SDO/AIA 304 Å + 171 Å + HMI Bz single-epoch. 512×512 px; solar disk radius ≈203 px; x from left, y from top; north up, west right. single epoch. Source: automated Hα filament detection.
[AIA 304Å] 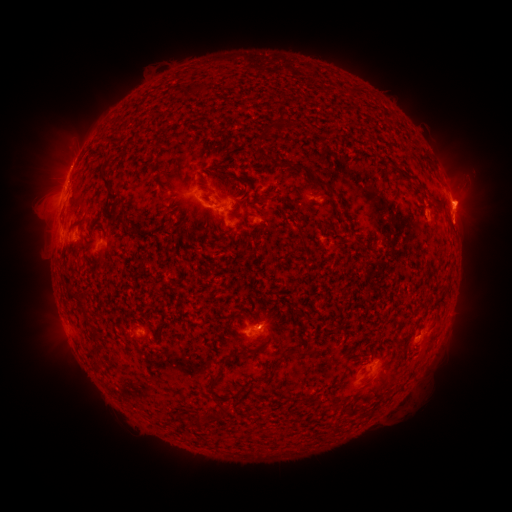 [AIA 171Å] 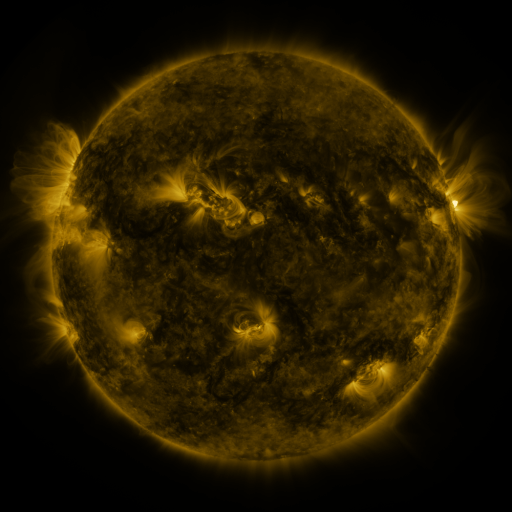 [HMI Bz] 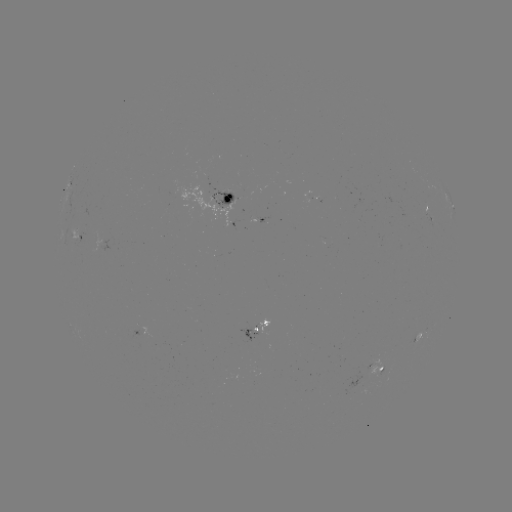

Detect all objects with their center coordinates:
filament: (282, 113)
filament: (229, 170)
filament: (109, 185)
filament: (331, 190)
filament: (240, 202)
filament: (304, 245)
filament: (81, 302)
filament: (248, 316)
filament: (298, 354)
filament: (276, 366)
filament: (265, 380)
filament: (212, 382)
